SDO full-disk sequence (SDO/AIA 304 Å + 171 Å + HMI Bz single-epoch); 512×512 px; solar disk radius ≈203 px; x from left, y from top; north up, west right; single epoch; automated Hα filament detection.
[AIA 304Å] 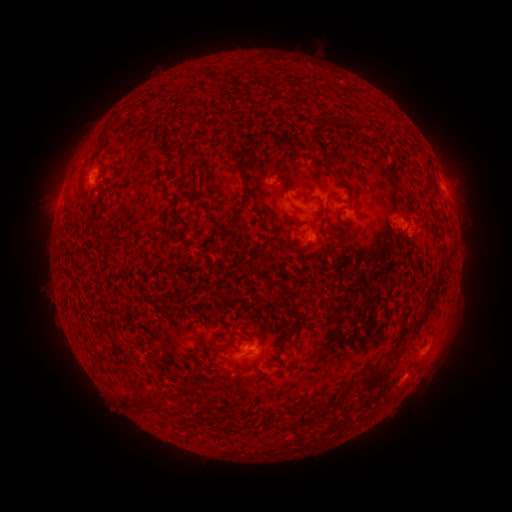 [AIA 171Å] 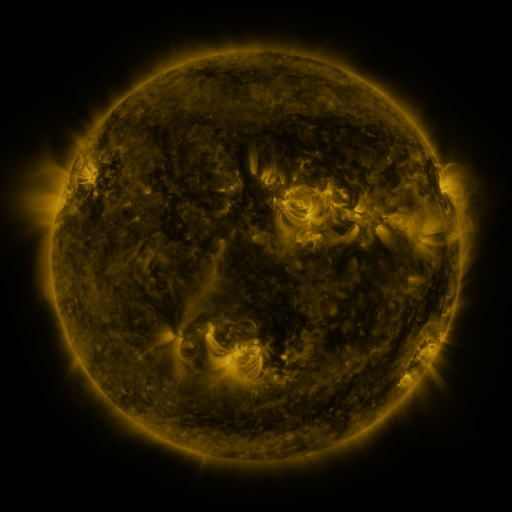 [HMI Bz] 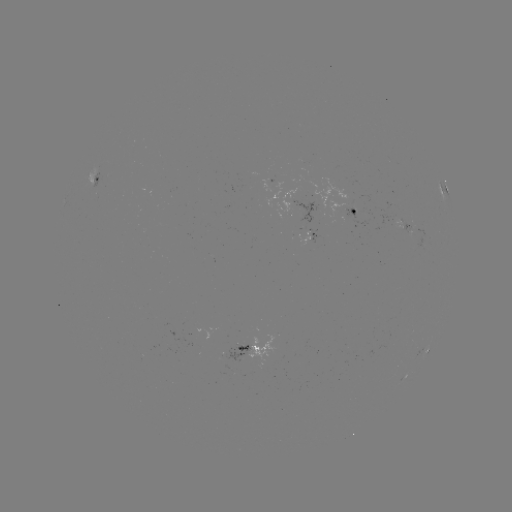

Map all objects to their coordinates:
filament: (355, 124, 364, 132)
filament: (375, 128, 383, 138)
filament: (96, 134, 104, 146)
filament: (227, 143, 241, 169)
filament: (313, 150, 323, 159)
filament: (77, 181, 83, 193)
filament: (242, 190, 252, 203)
filament: (171, 197, 180, 209)
filament: (316, 206, 326, 222)
filament: (255, 208, 265, 220)
filament: (296, 228, 309, 236)
filament: (94, 232, 110, 243)
filament: (259, 272, 285, 292)
filament: (428, 275, 444, 294)
filament: (281, 289, 301, 349)
filament: (408, 312, 425, 336)
filament: (209, 341, 224, 353)
filament: (362, 365, 391, 391)
filament: (250, 366, 259, 378)
filament: (121, 393, 133, 407)
filament: (321, 405, 331, 416)
filament: (298, 413, 317, 428)
